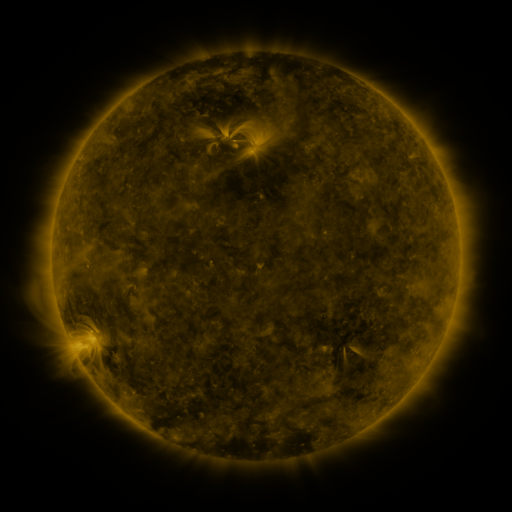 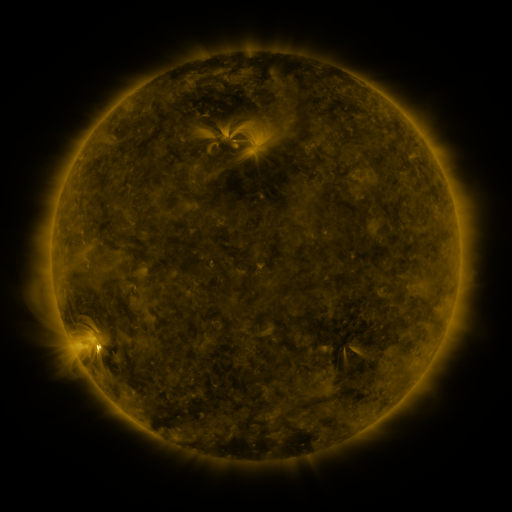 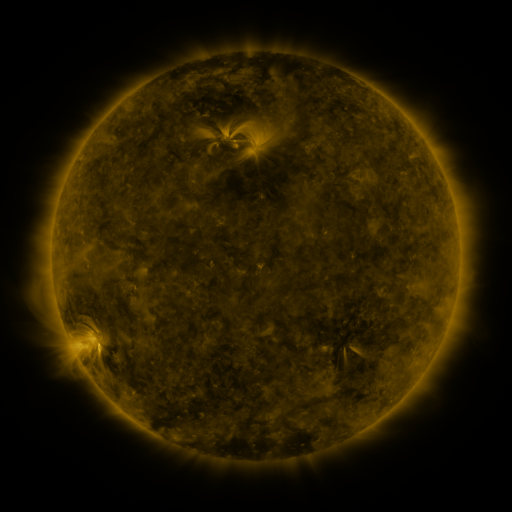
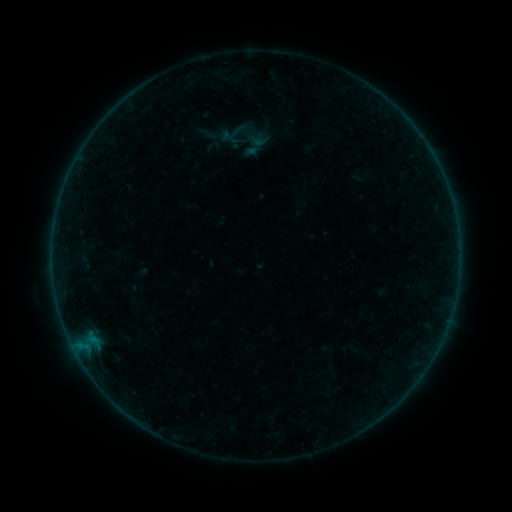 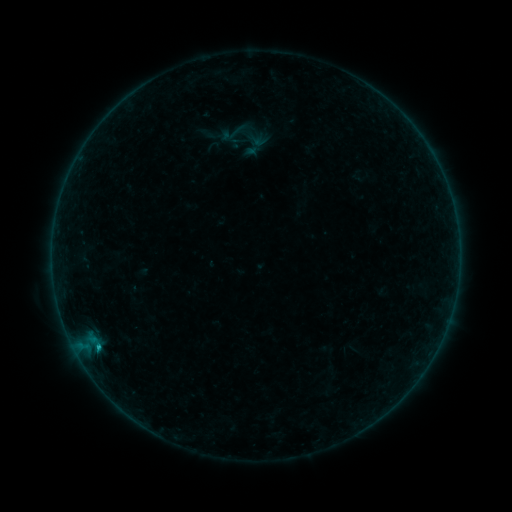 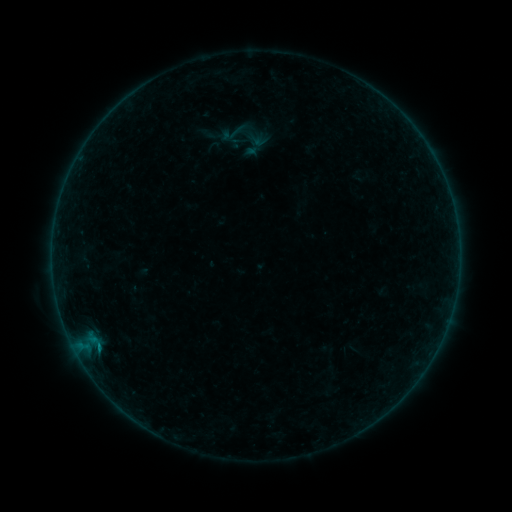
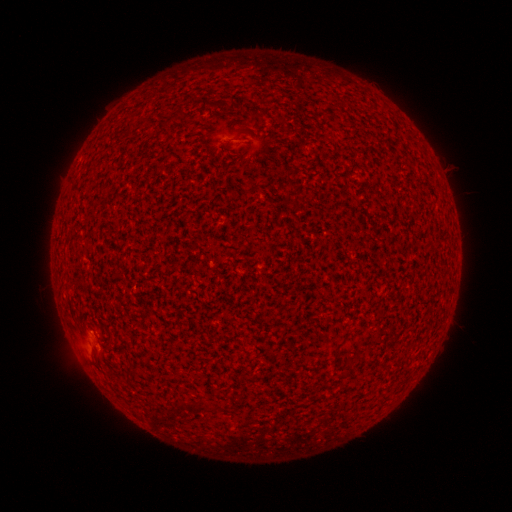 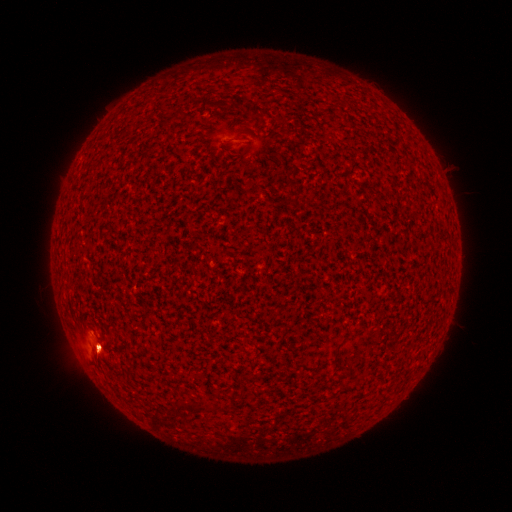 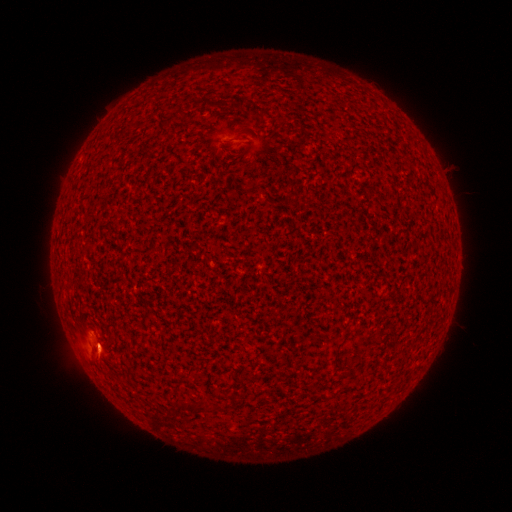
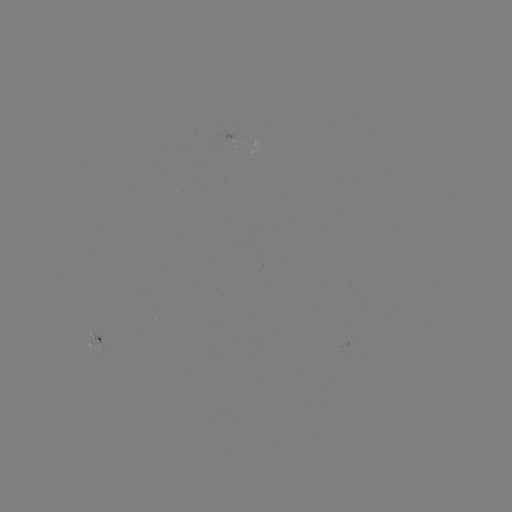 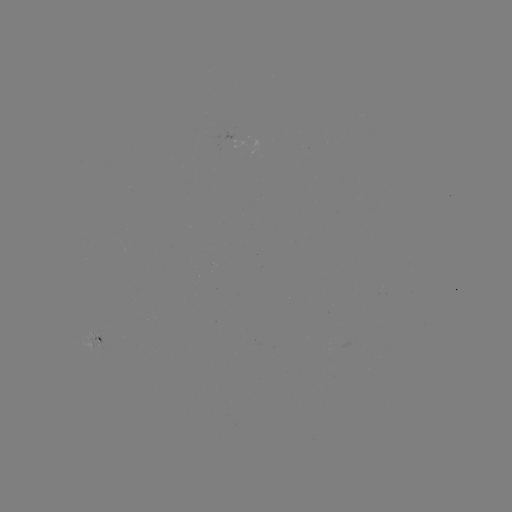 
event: flare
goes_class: B3.5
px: (99, 345)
